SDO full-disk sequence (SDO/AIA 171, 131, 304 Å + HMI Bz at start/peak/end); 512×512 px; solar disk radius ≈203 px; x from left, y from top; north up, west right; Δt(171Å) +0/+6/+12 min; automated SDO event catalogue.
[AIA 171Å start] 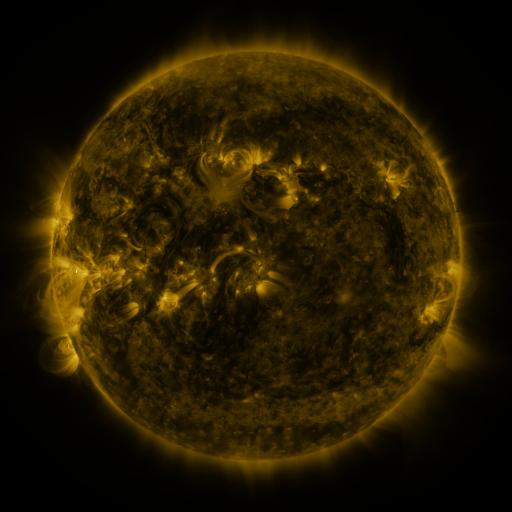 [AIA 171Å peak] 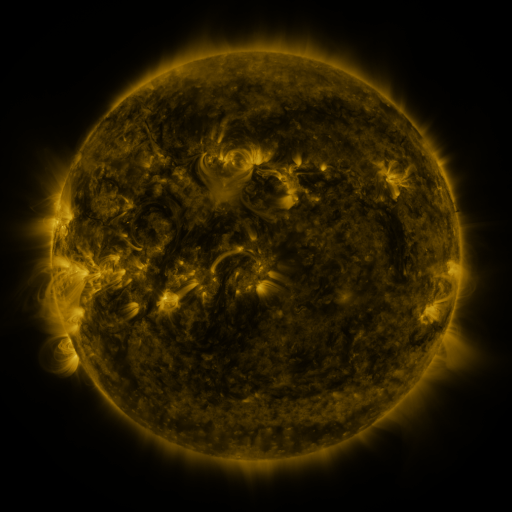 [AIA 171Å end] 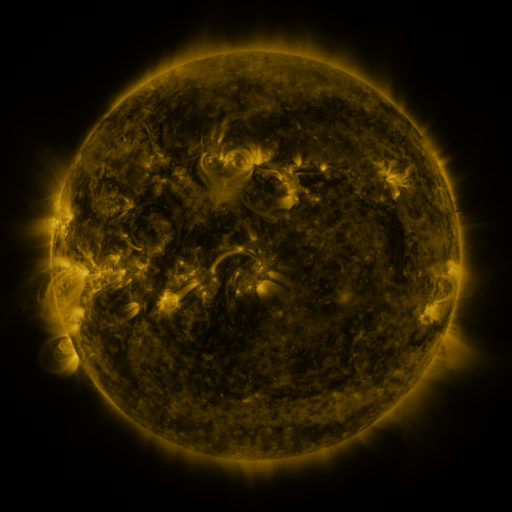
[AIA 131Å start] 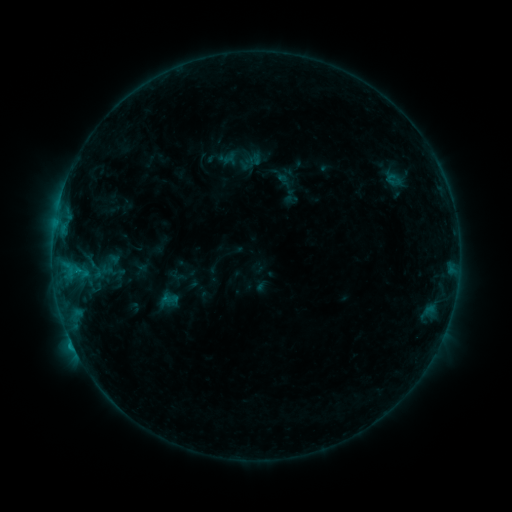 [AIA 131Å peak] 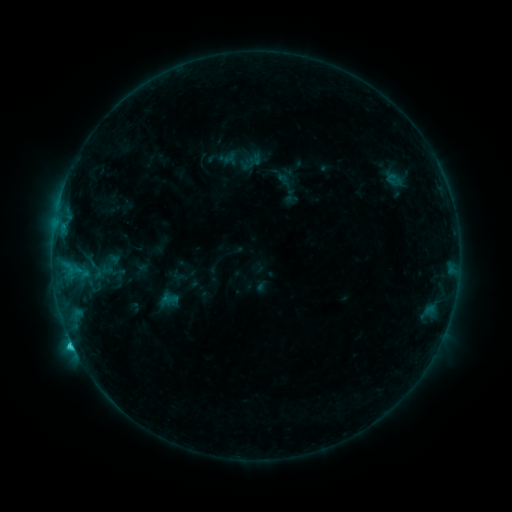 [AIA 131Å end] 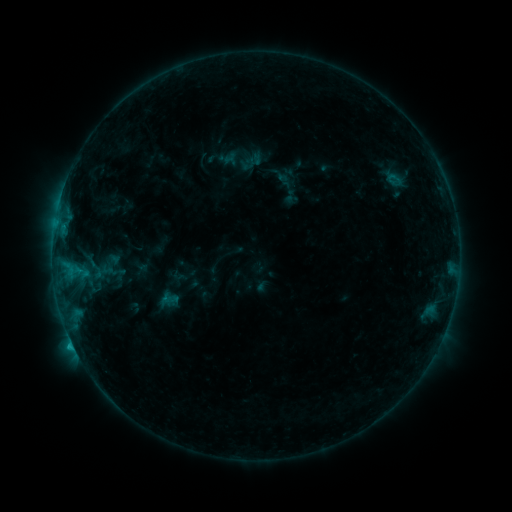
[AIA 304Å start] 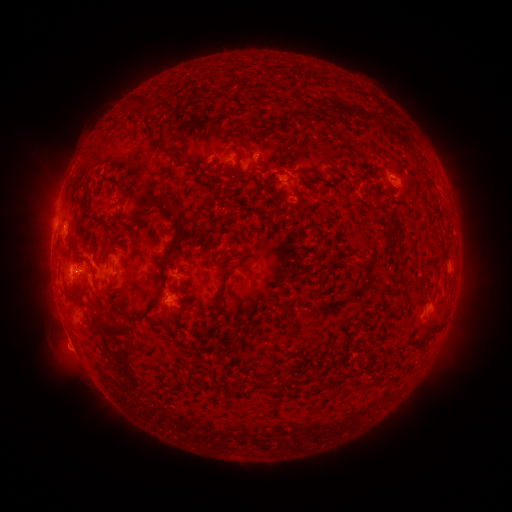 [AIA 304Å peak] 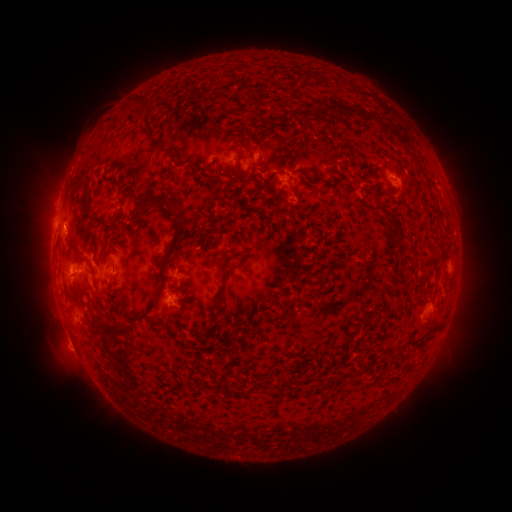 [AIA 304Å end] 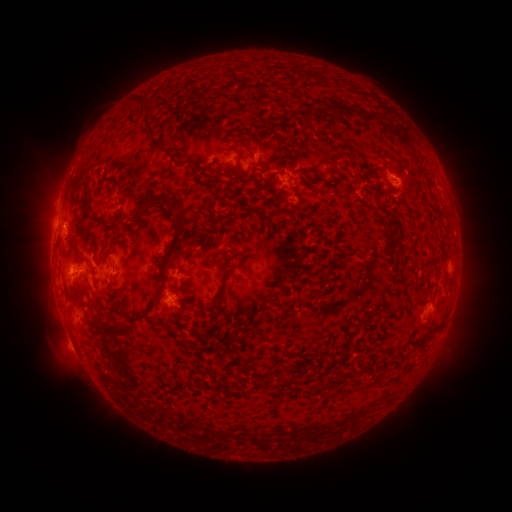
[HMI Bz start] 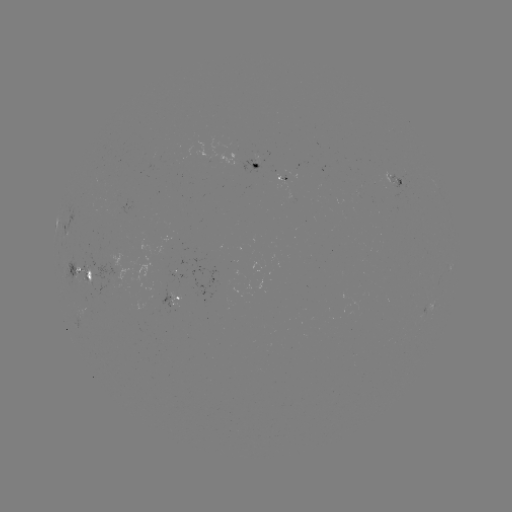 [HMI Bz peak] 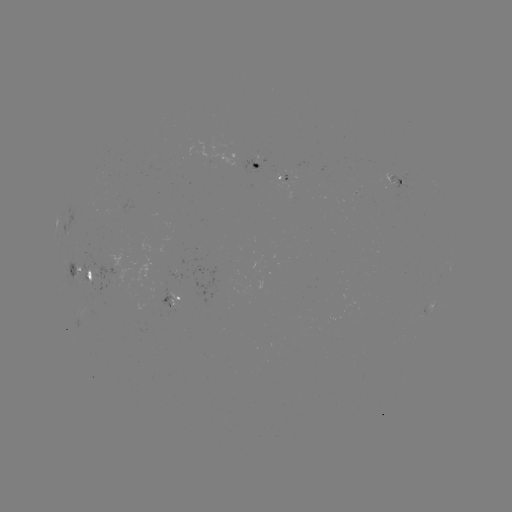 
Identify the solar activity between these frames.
C1.3 flare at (63, 227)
